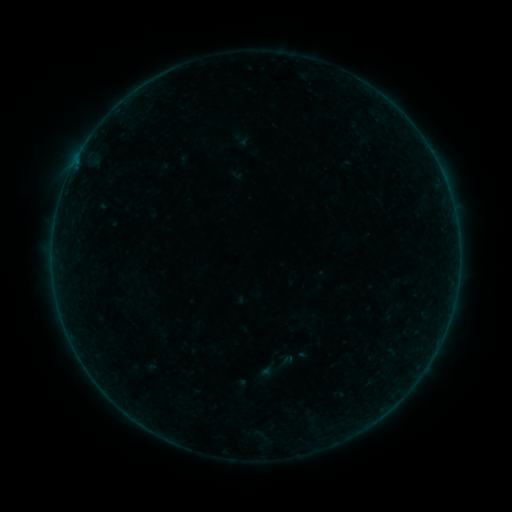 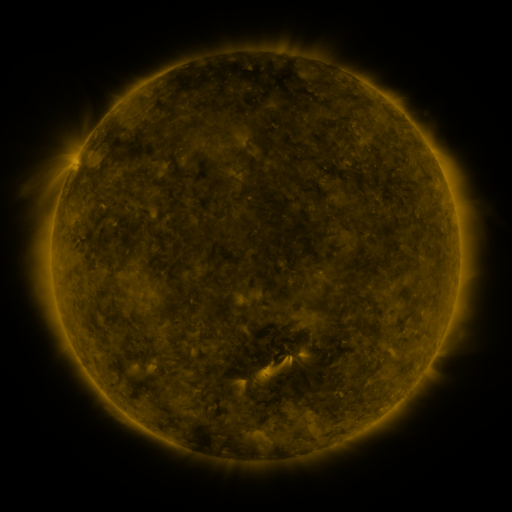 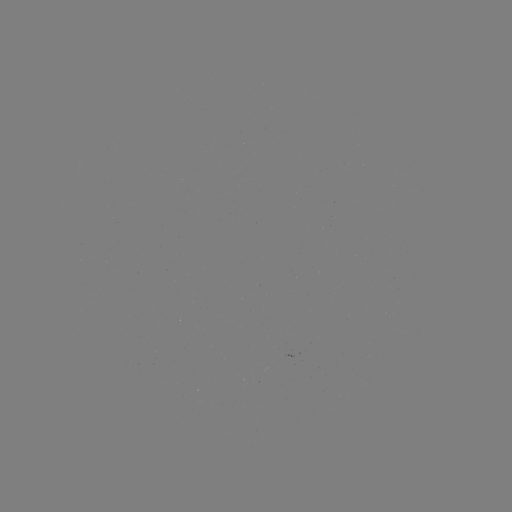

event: sigmoid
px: (275, 368)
